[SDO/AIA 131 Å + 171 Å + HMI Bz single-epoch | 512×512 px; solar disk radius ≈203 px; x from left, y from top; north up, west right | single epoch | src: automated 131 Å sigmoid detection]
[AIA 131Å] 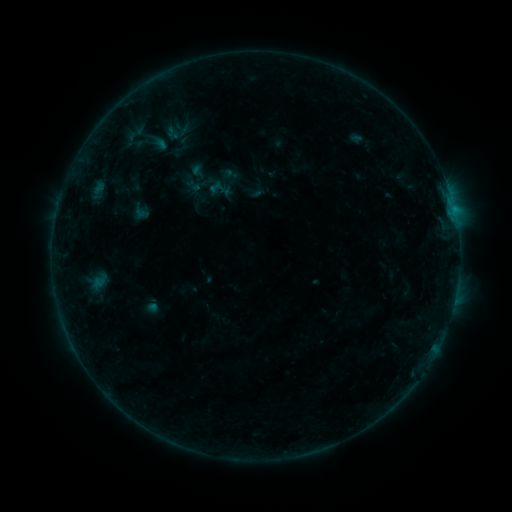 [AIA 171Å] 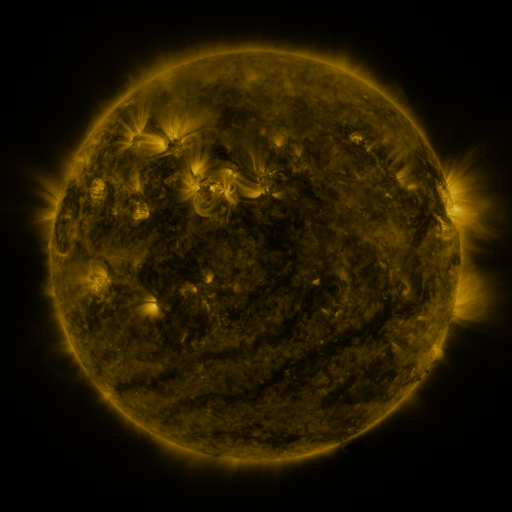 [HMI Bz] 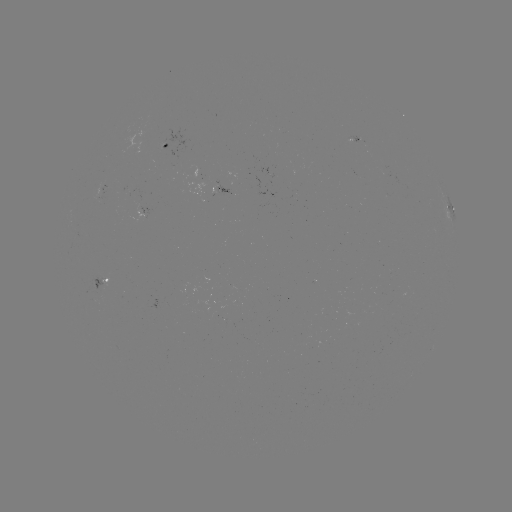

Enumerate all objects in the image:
sigmoid: (183, 128)
sigmoid: (198, 173)
